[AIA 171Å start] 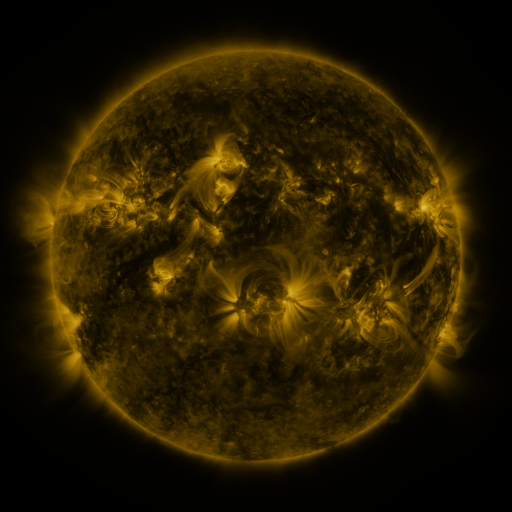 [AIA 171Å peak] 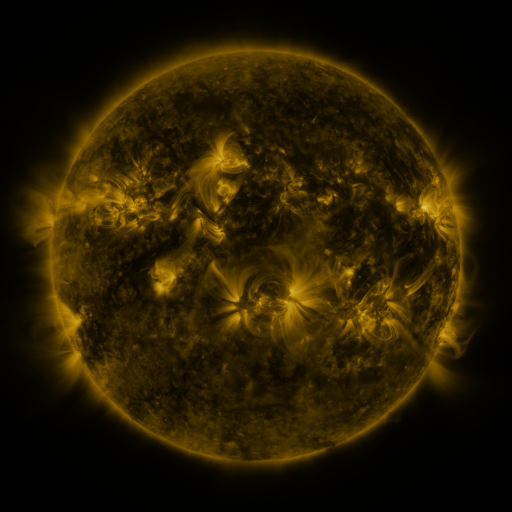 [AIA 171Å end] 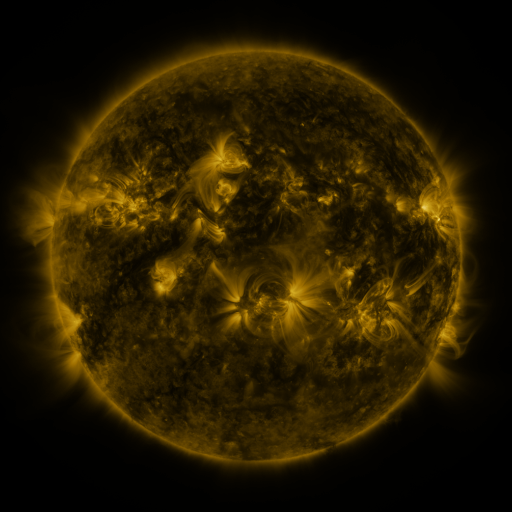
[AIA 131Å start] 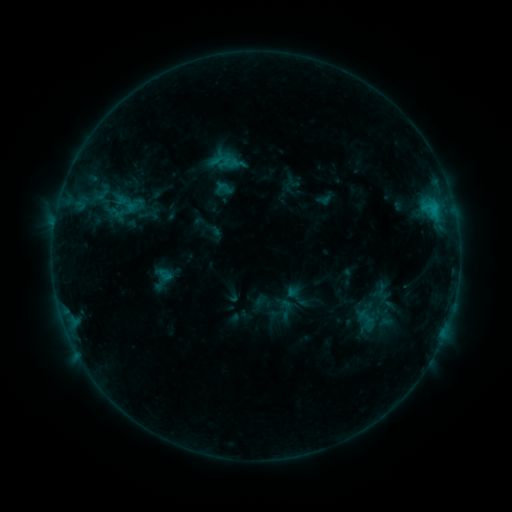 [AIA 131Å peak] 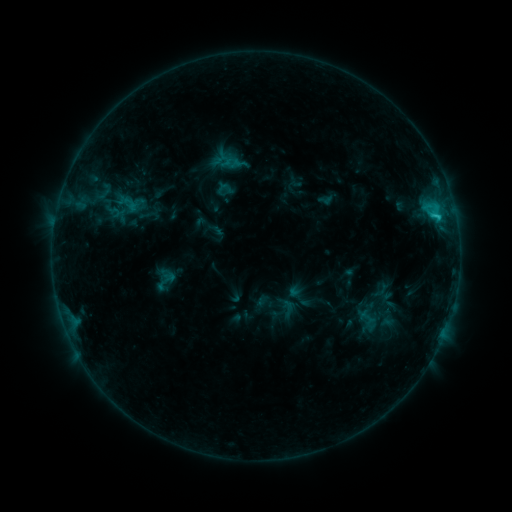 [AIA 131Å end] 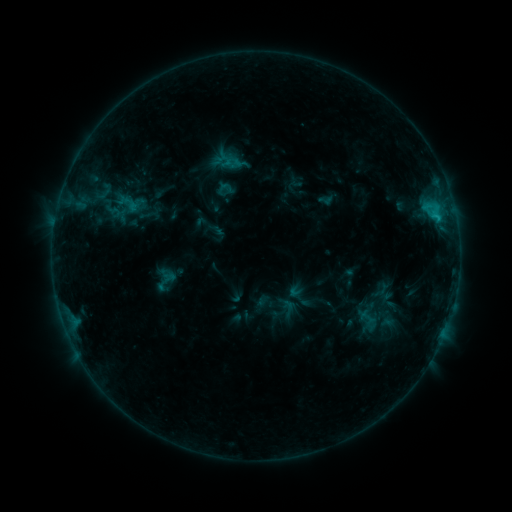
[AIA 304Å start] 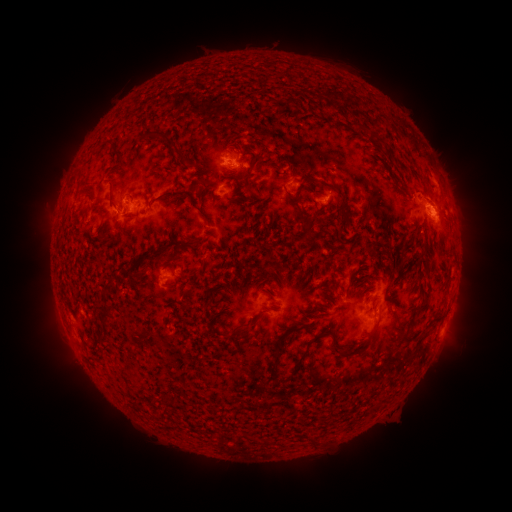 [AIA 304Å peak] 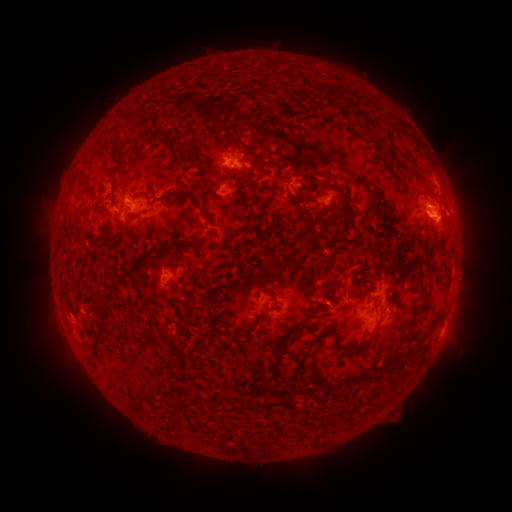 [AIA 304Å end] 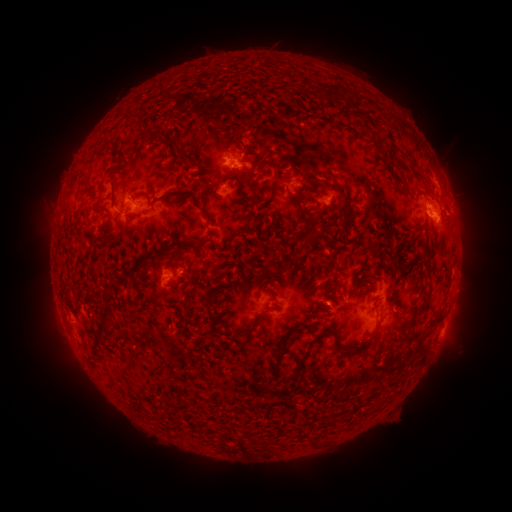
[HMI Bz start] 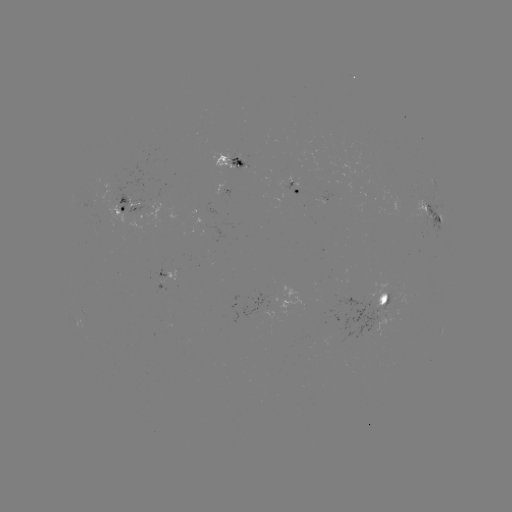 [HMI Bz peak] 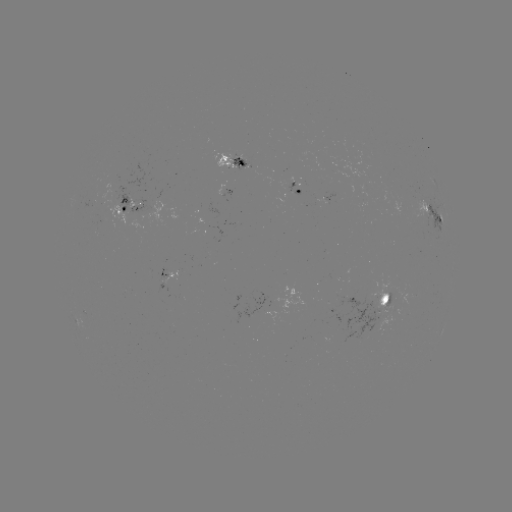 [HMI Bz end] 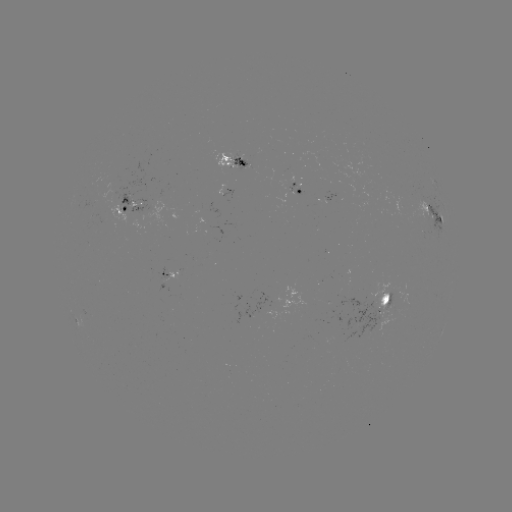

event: emerging-flux region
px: (399, 303)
